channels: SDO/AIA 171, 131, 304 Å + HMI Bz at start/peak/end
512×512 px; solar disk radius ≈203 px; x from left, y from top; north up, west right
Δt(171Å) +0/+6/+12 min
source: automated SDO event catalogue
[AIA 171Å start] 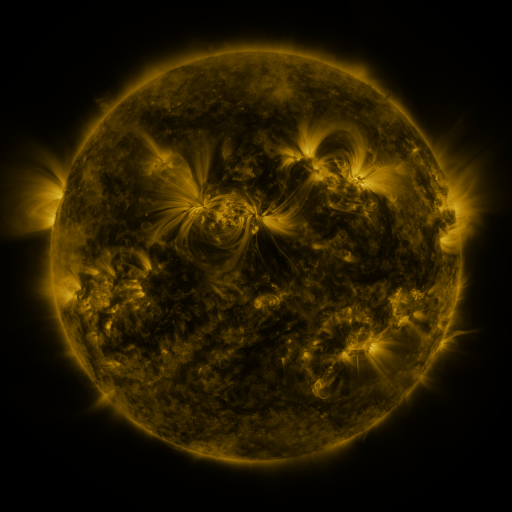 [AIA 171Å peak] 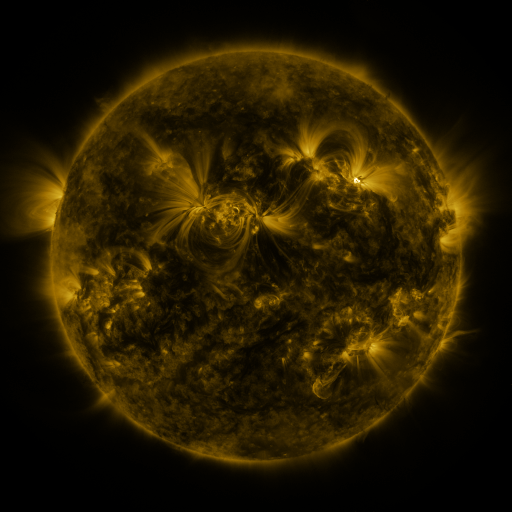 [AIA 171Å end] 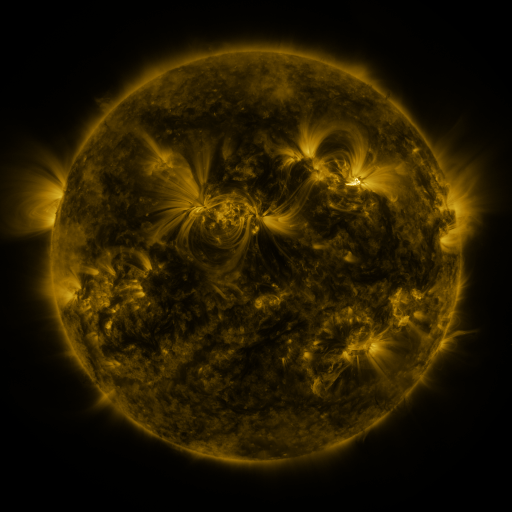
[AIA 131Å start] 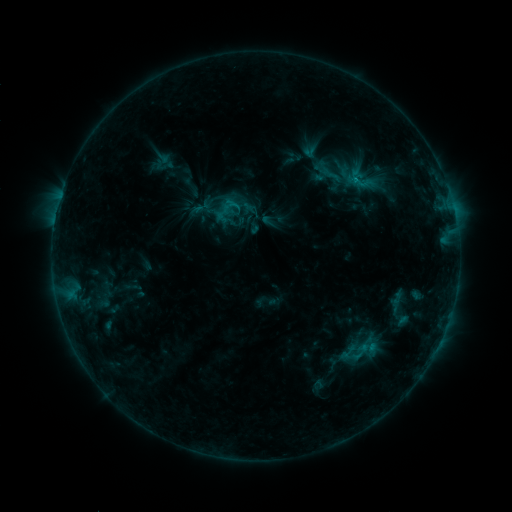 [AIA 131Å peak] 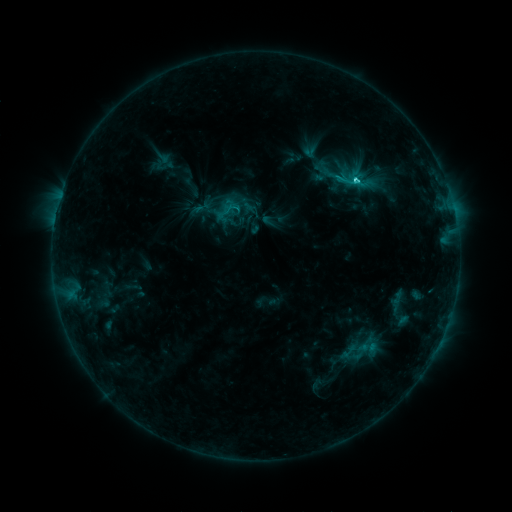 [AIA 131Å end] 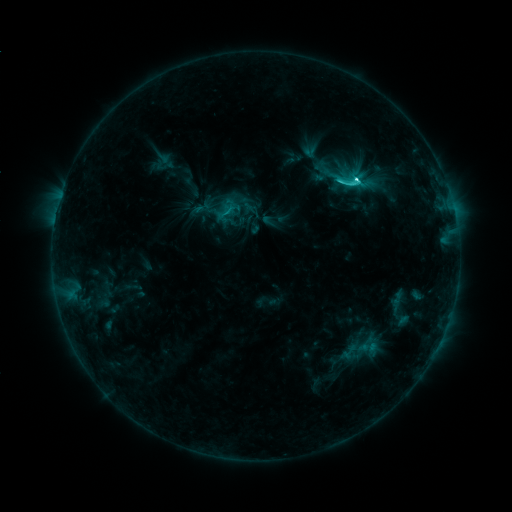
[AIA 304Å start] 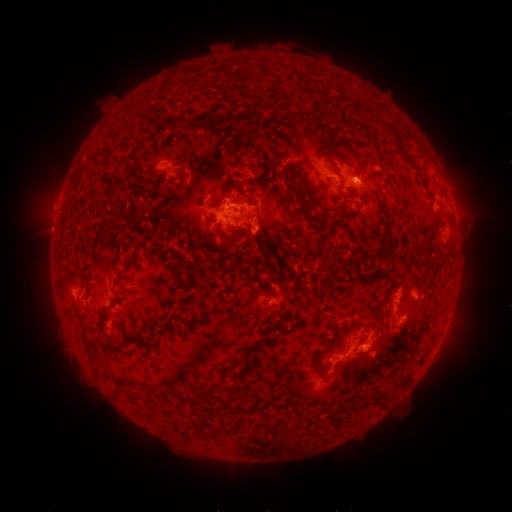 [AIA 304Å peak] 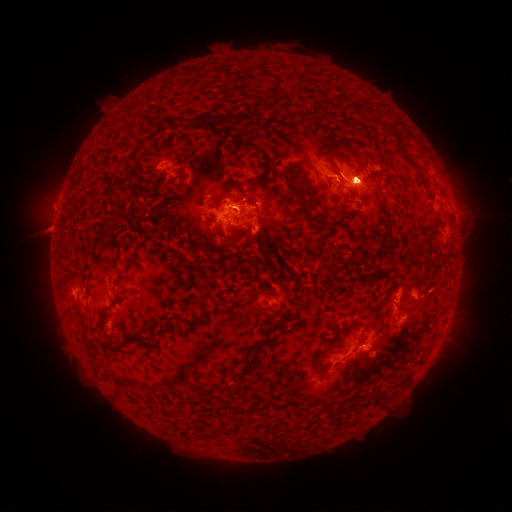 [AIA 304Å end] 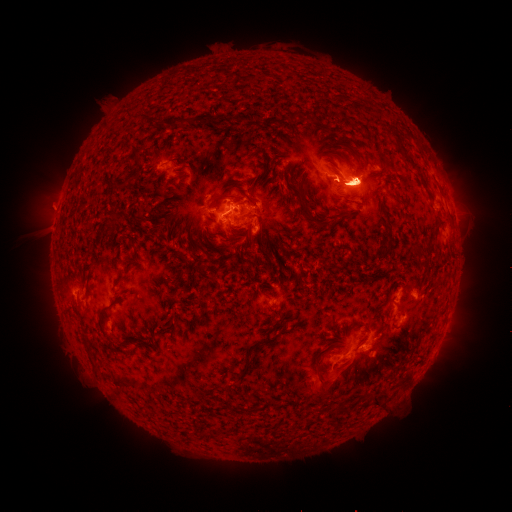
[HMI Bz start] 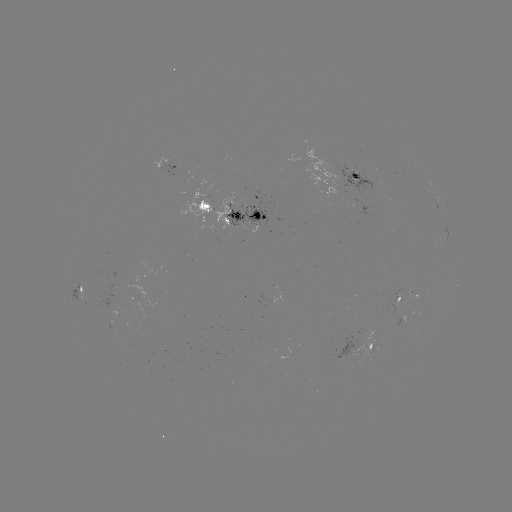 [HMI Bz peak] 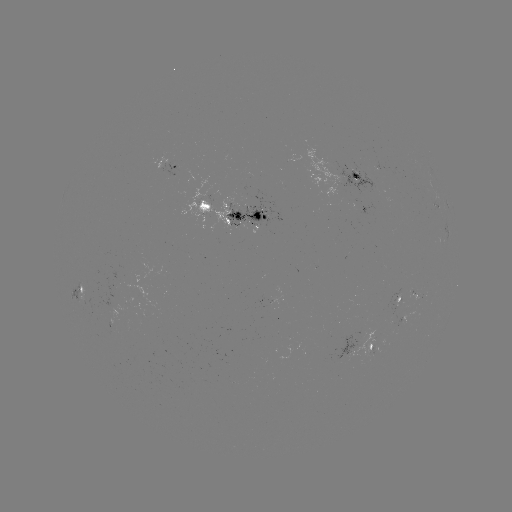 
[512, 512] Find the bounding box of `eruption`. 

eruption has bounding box [331, 105, 376, 130].